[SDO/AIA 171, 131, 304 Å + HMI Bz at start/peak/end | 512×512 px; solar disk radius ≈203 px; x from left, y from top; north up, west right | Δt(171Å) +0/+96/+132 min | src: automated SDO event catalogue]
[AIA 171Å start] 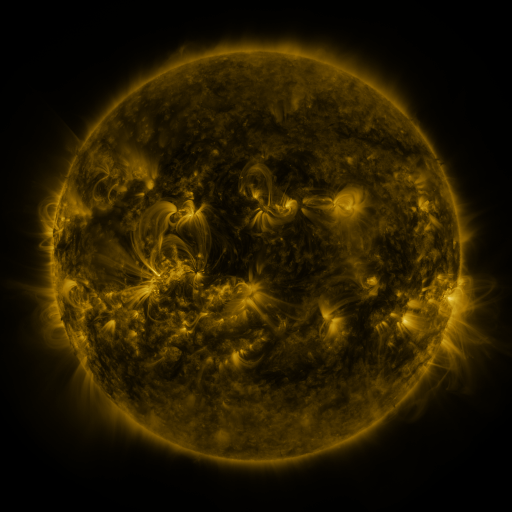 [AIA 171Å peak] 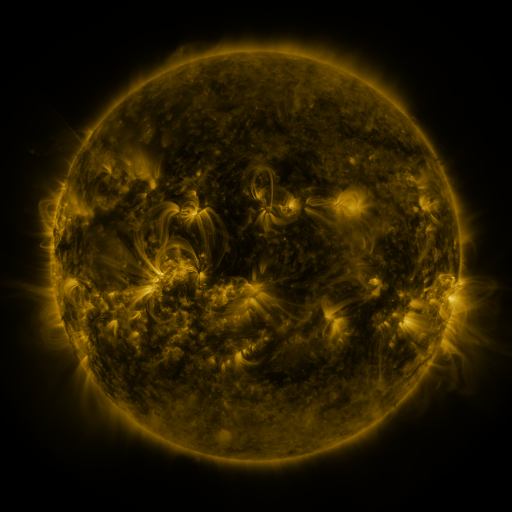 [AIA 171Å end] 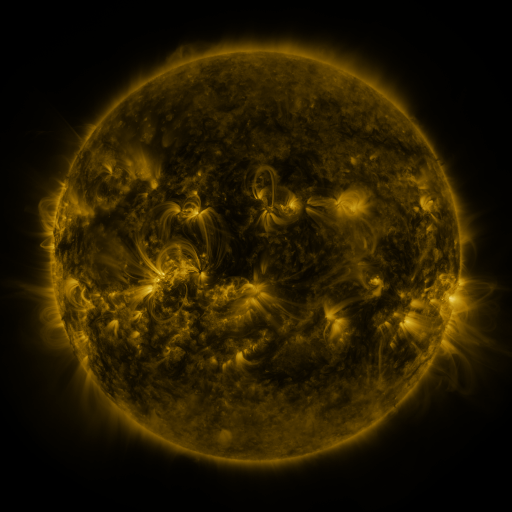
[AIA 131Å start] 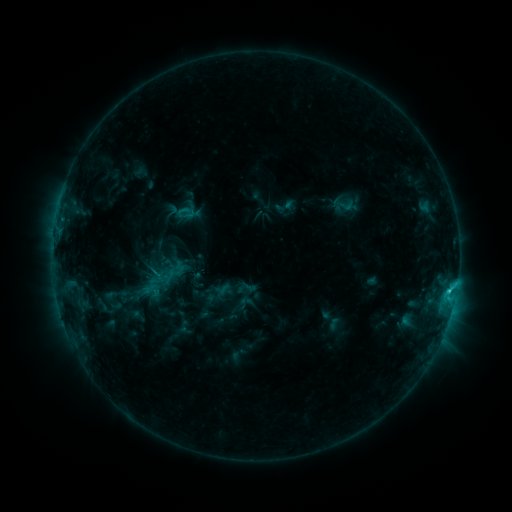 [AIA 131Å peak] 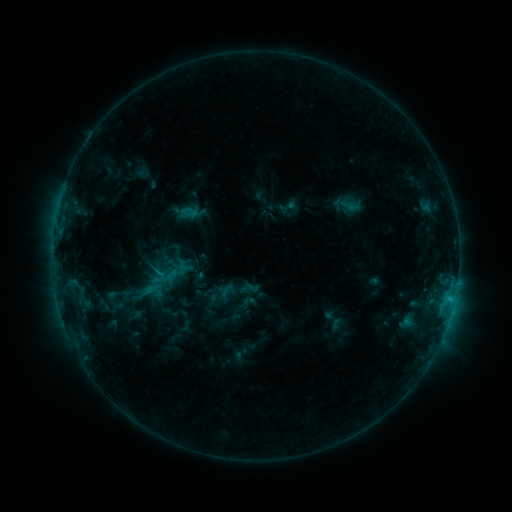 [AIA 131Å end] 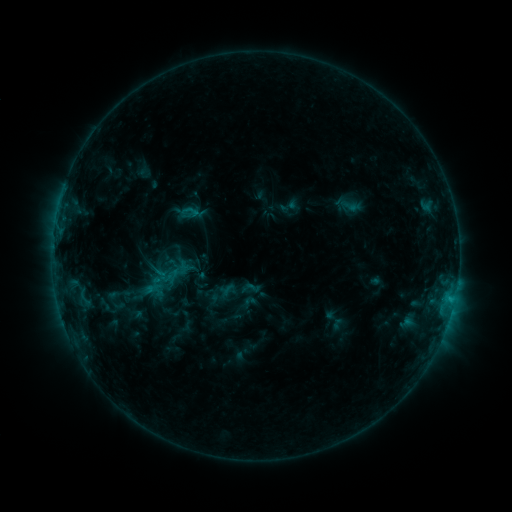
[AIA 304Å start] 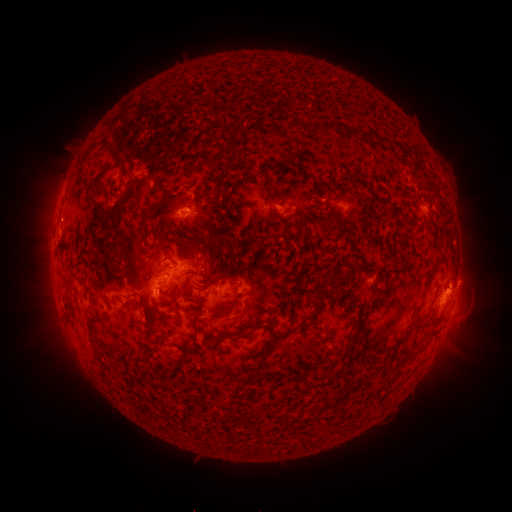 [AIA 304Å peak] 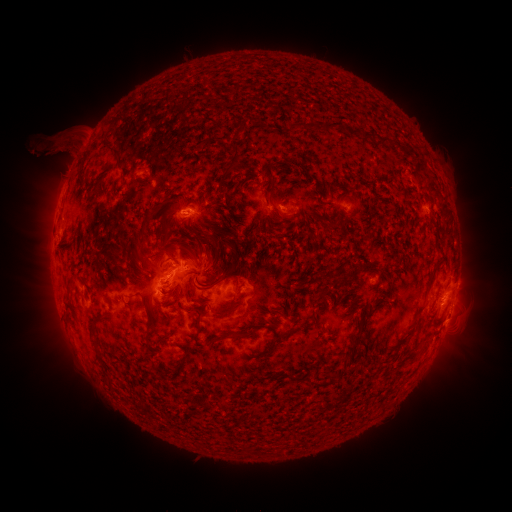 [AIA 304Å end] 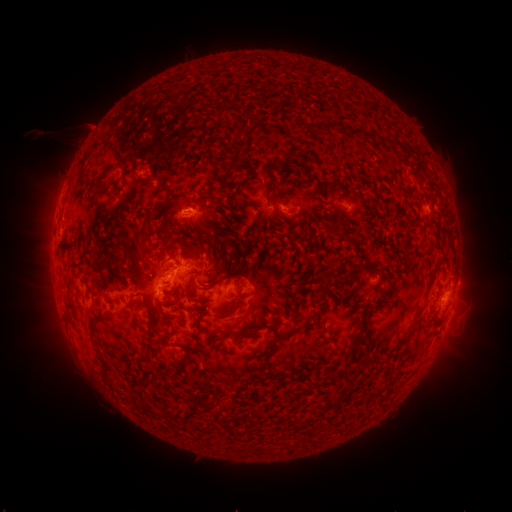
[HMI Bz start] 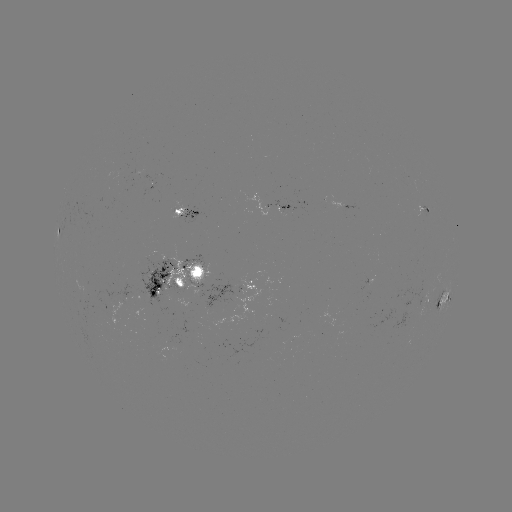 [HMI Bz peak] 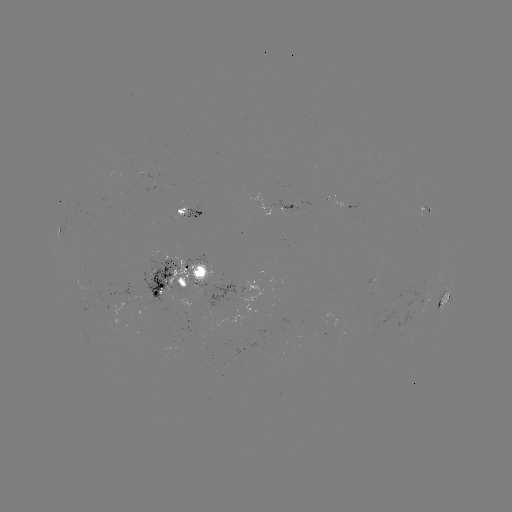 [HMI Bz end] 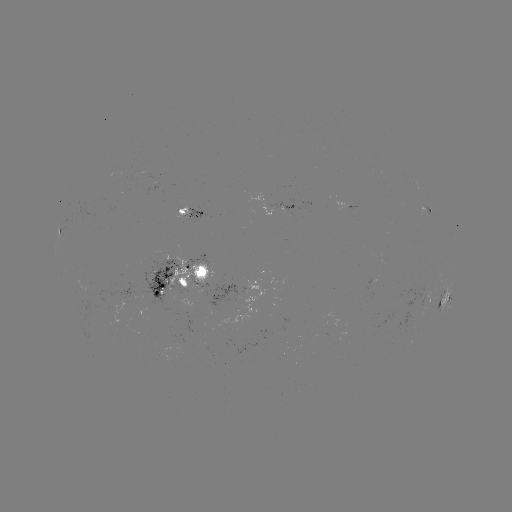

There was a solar emerging-flux region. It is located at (189, 284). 